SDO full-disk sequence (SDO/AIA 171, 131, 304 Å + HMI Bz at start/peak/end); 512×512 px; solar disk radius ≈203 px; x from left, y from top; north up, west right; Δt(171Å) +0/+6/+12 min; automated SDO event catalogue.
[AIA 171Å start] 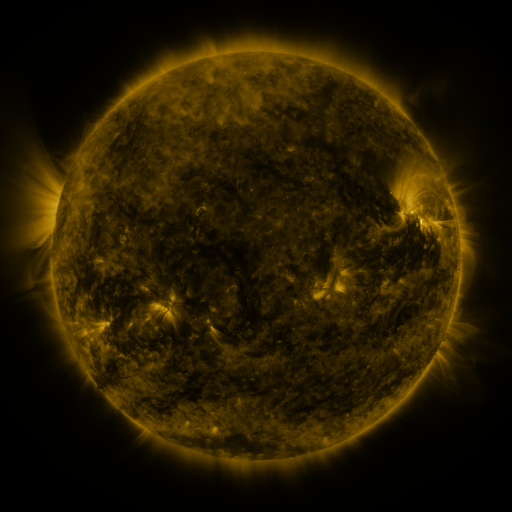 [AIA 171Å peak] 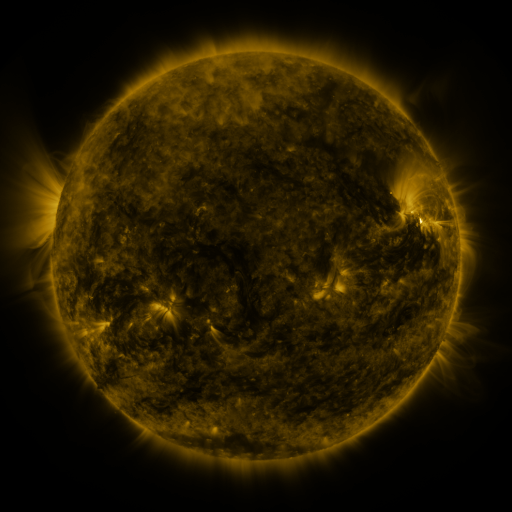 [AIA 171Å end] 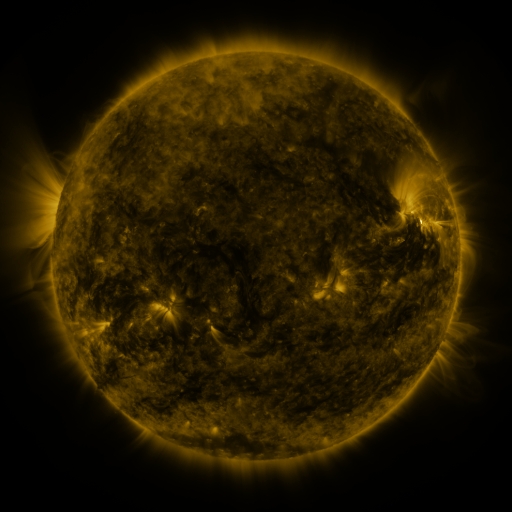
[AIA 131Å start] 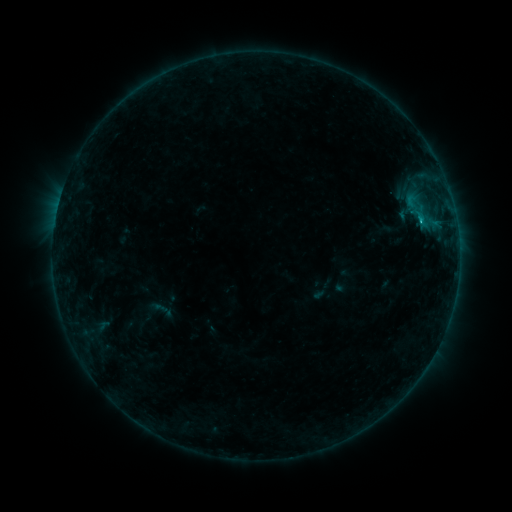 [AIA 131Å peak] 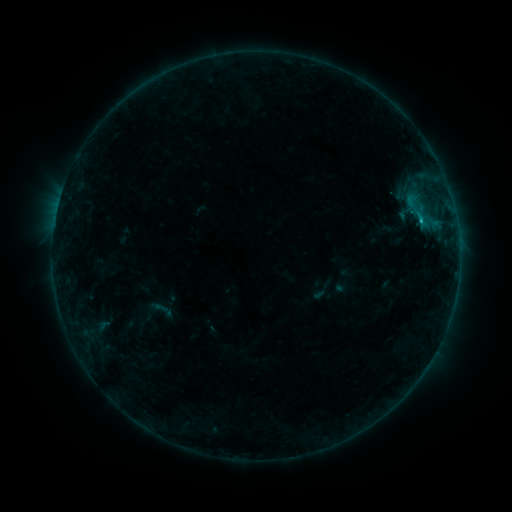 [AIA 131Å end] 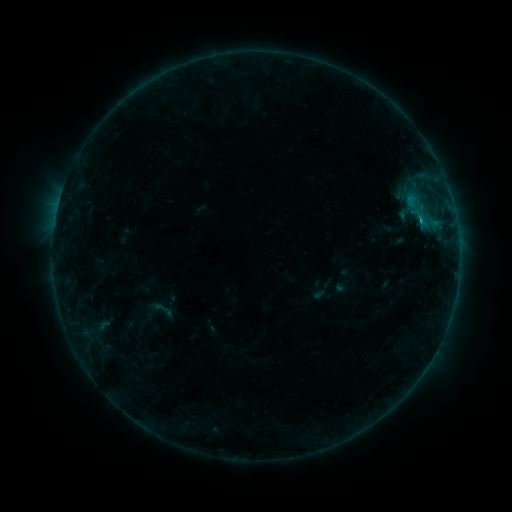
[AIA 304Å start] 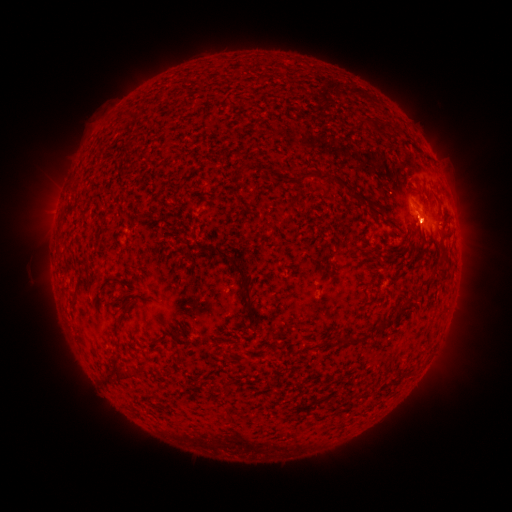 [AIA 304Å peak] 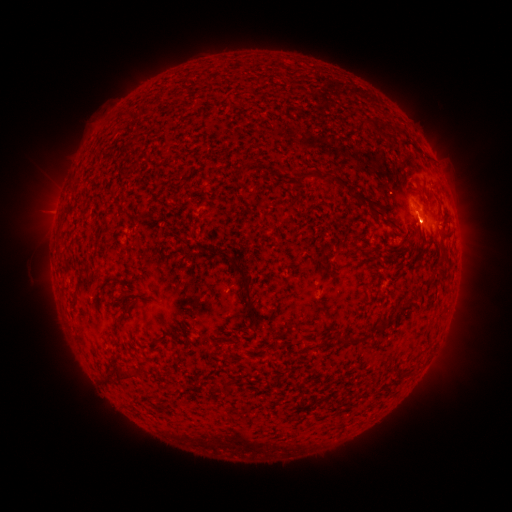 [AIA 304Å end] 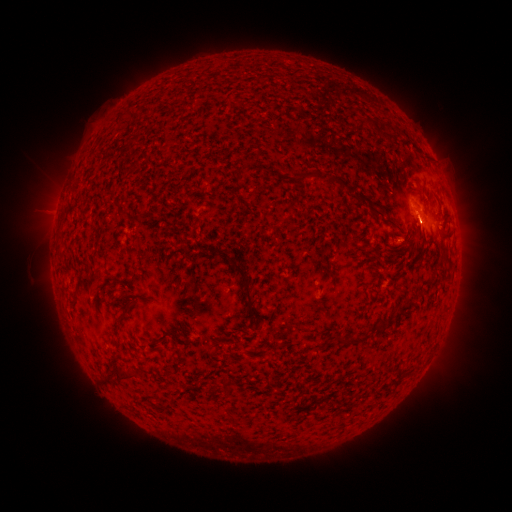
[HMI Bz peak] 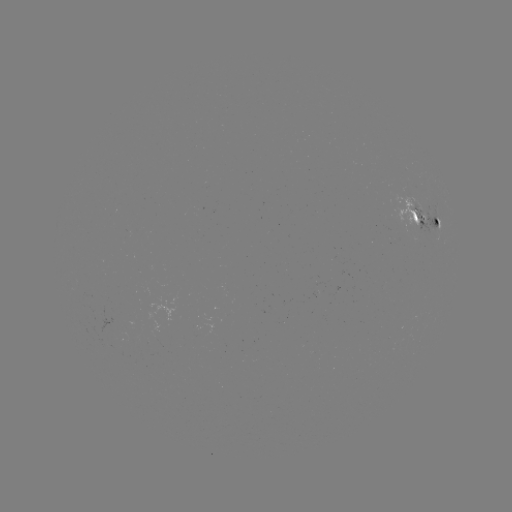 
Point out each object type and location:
B8.6 flare: (419, 221)
